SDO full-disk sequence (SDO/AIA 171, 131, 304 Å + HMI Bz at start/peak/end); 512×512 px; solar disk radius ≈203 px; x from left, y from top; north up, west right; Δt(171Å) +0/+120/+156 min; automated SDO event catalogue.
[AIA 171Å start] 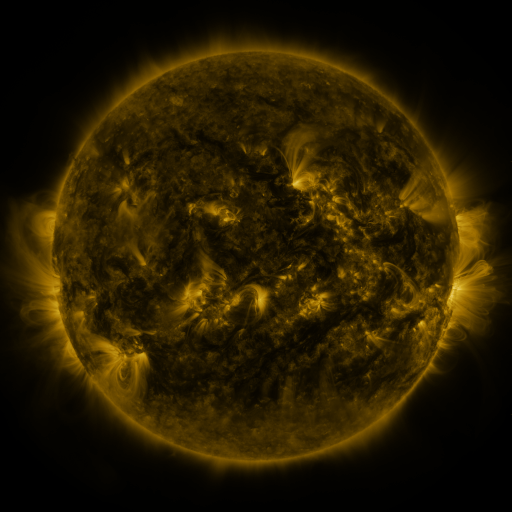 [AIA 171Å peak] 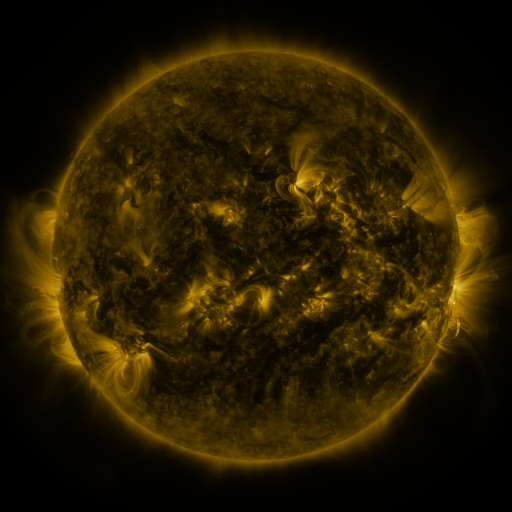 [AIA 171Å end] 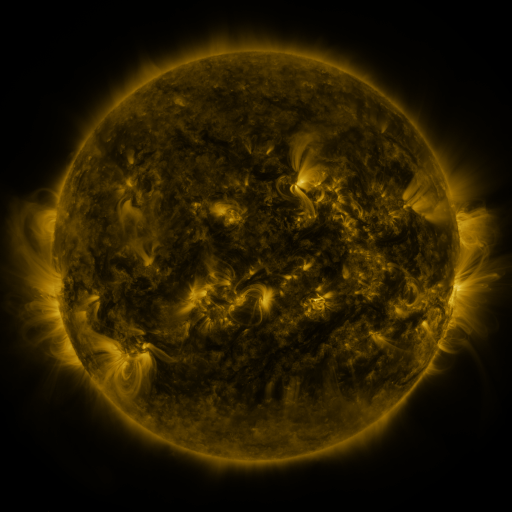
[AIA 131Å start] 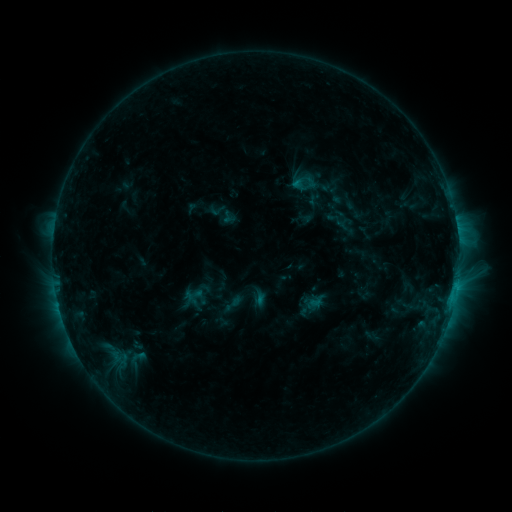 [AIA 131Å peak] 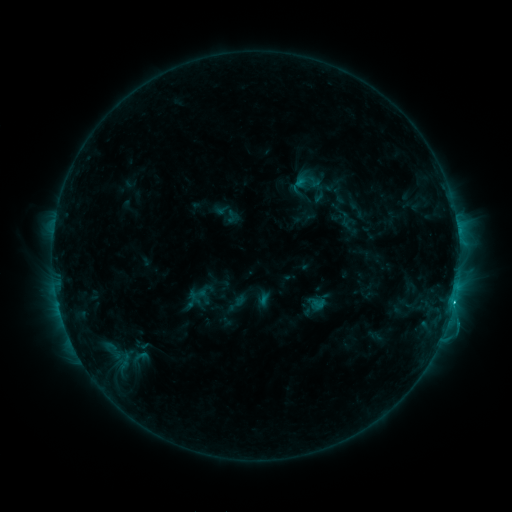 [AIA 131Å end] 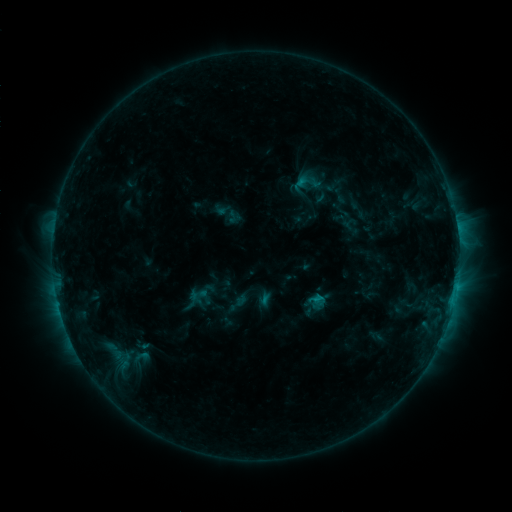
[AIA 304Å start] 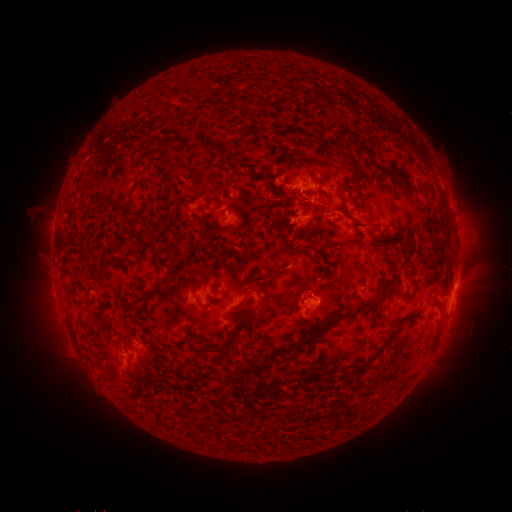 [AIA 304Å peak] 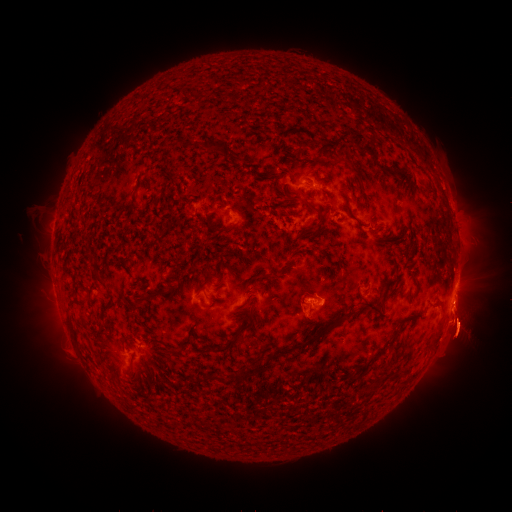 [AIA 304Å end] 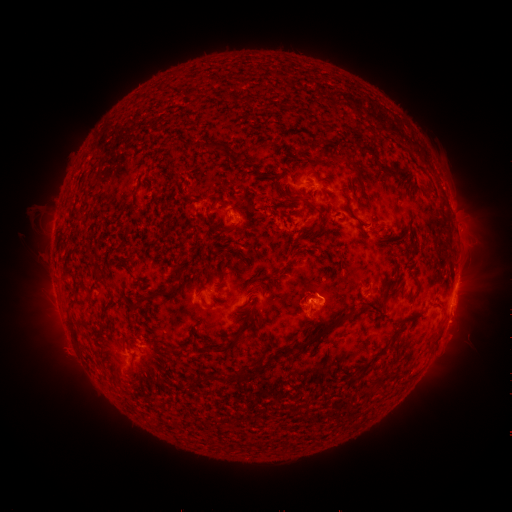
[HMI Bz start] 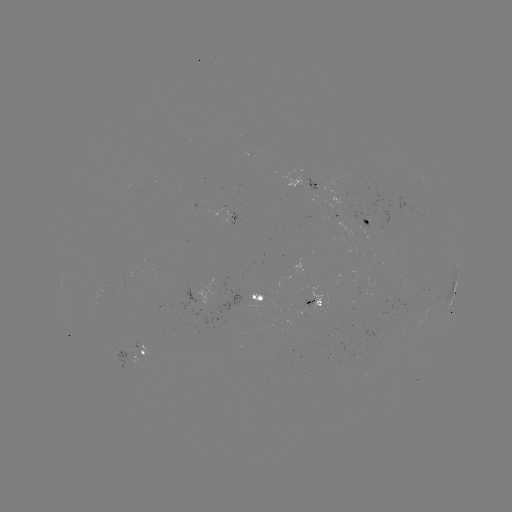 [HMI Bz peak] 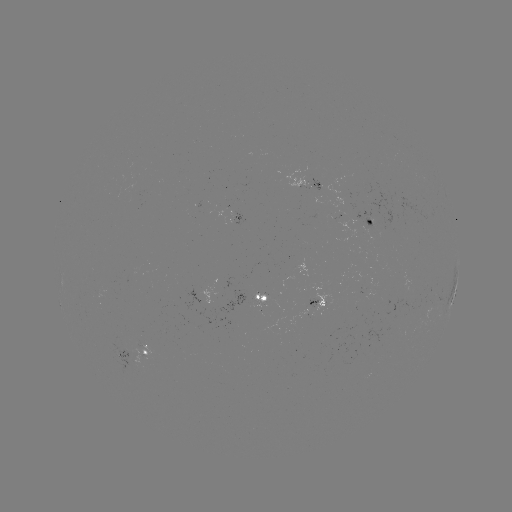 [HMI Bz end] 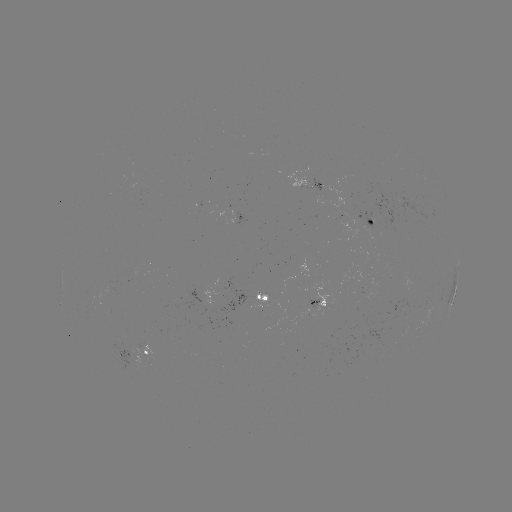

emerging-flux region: [354, 212, 374, 247]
